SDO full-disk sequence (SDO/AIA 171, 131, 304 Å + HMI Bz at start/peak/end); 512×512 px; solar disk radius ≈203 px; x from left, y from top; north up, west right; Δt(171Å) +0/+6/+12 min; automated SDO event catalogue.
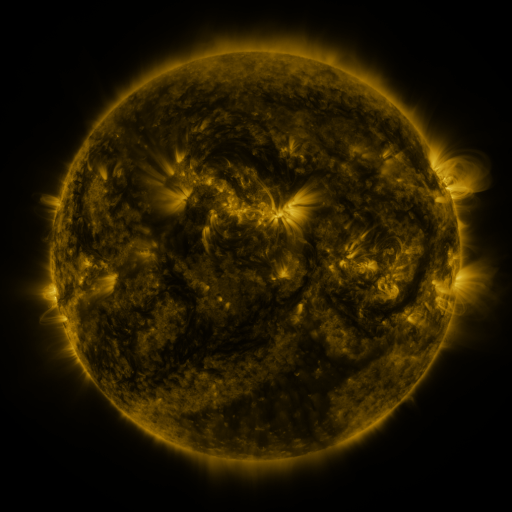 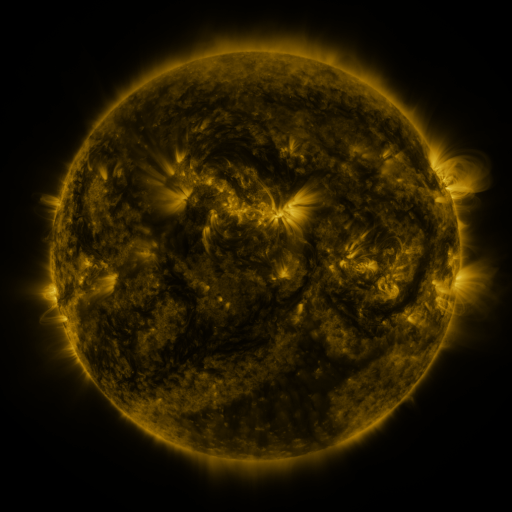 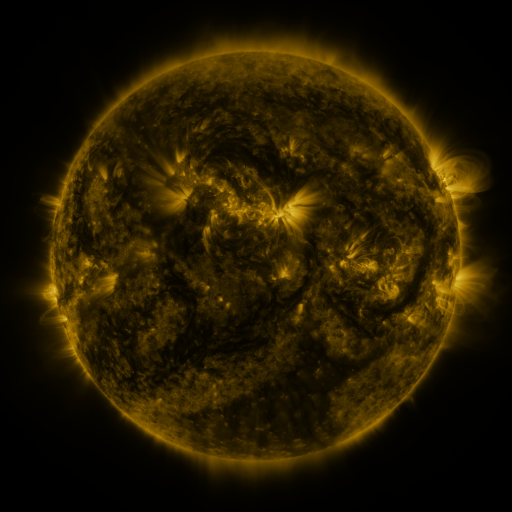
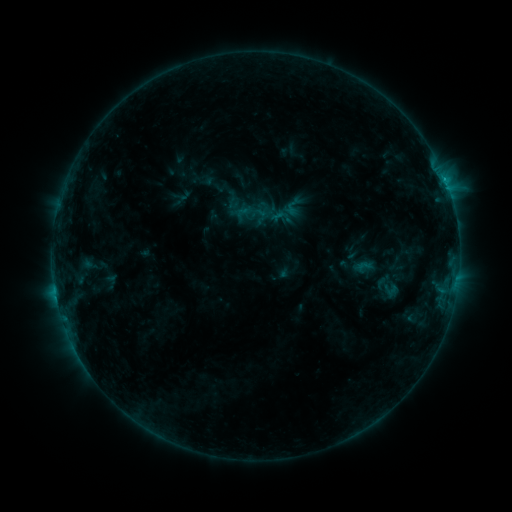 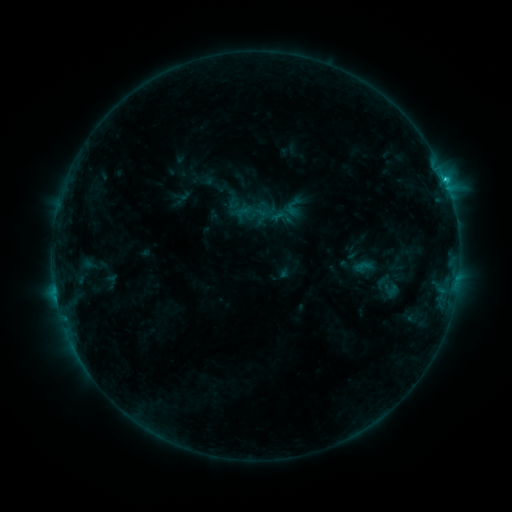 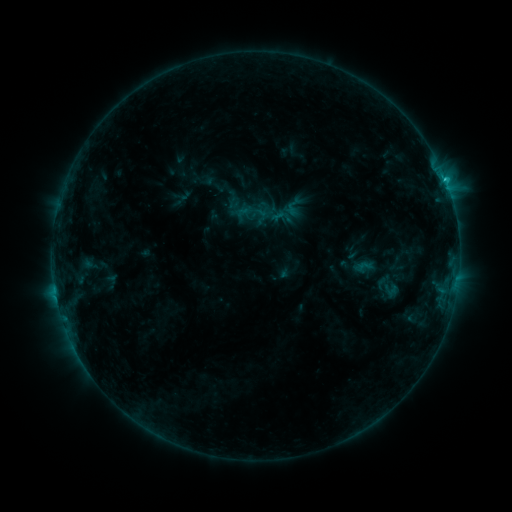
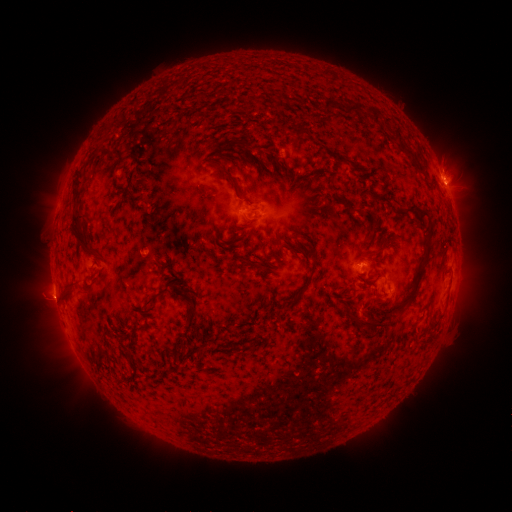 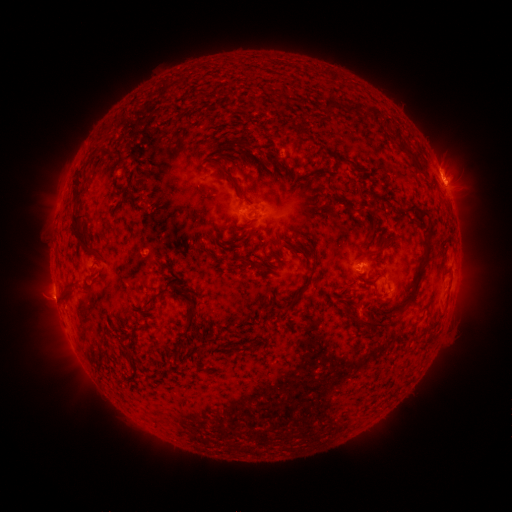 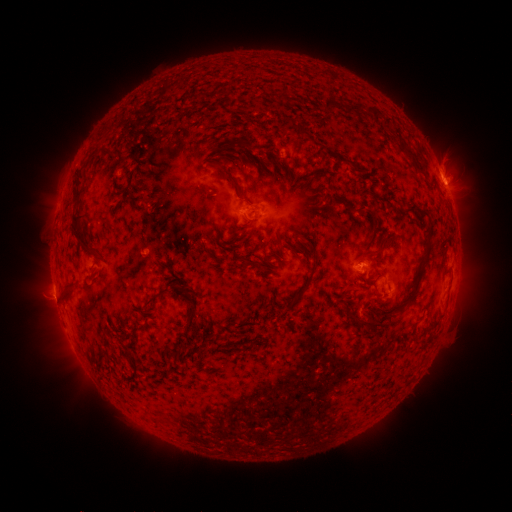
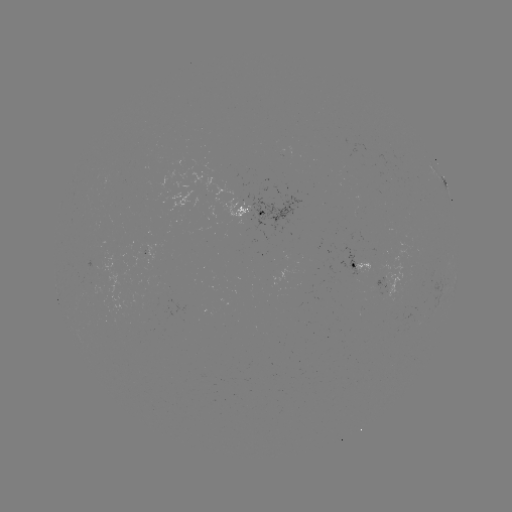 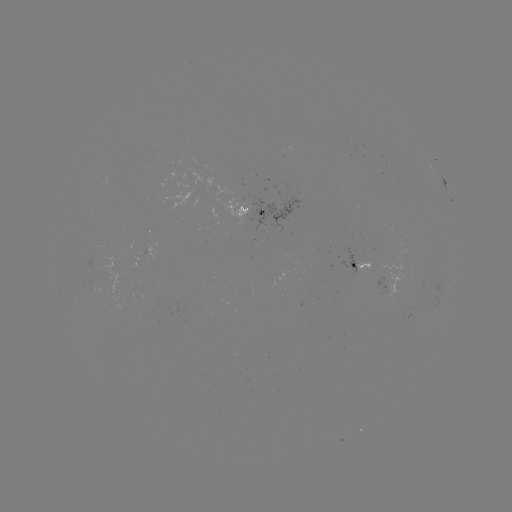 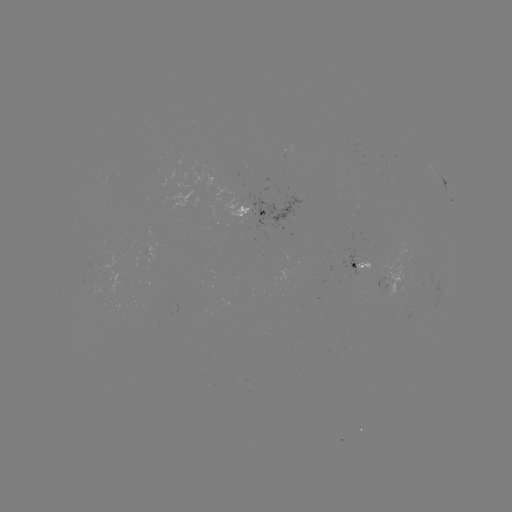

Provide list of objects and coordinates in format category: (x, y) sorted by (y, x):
C1.1 flare: (445, 182)
